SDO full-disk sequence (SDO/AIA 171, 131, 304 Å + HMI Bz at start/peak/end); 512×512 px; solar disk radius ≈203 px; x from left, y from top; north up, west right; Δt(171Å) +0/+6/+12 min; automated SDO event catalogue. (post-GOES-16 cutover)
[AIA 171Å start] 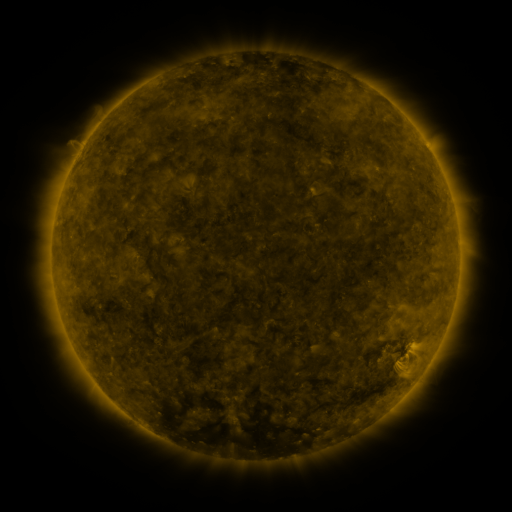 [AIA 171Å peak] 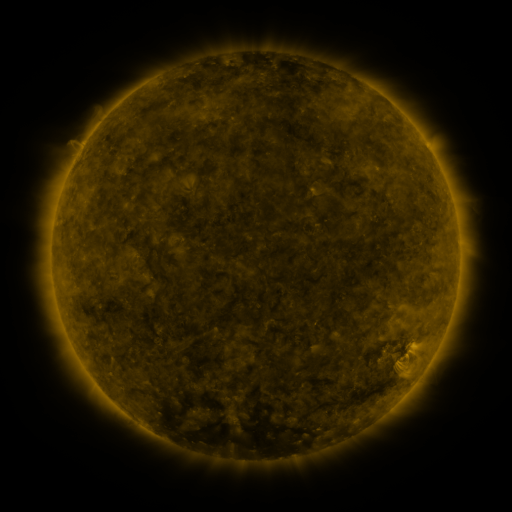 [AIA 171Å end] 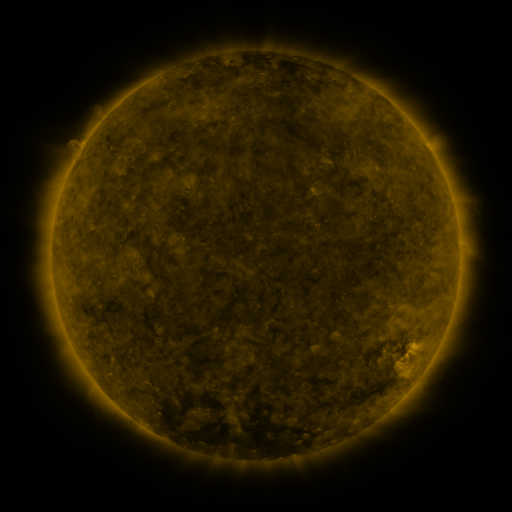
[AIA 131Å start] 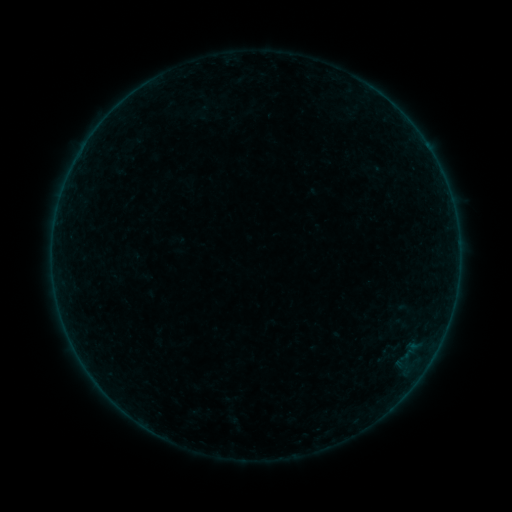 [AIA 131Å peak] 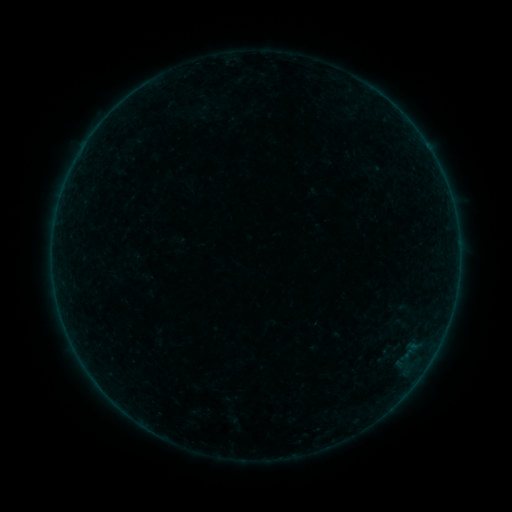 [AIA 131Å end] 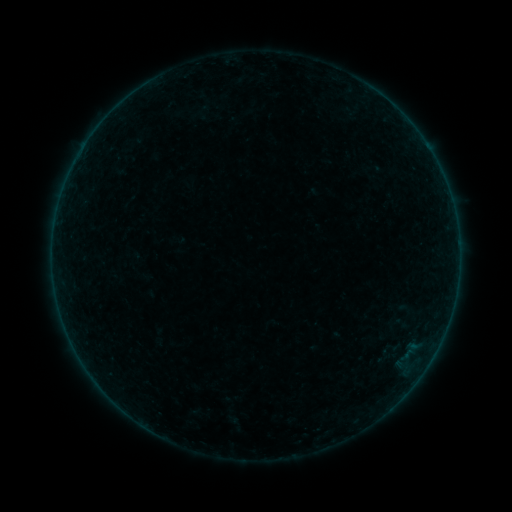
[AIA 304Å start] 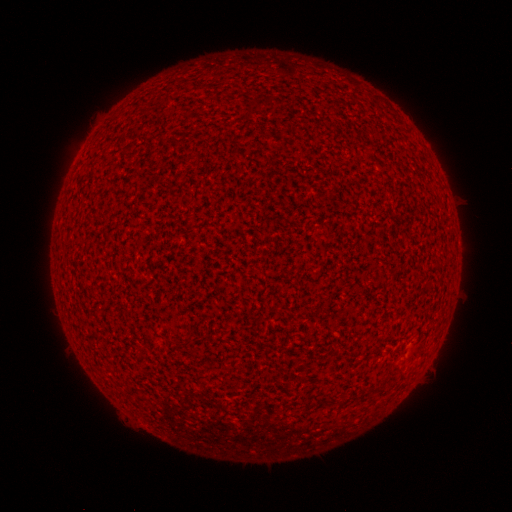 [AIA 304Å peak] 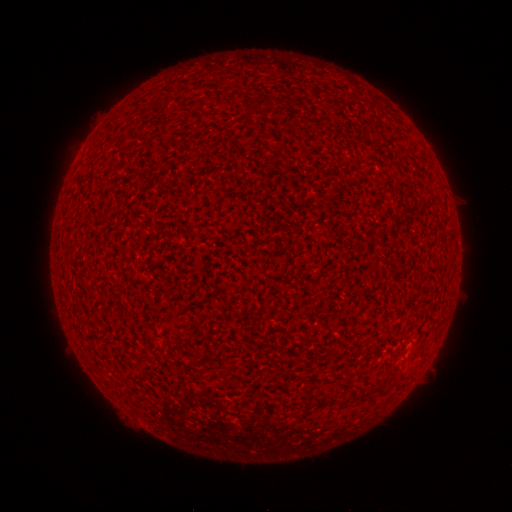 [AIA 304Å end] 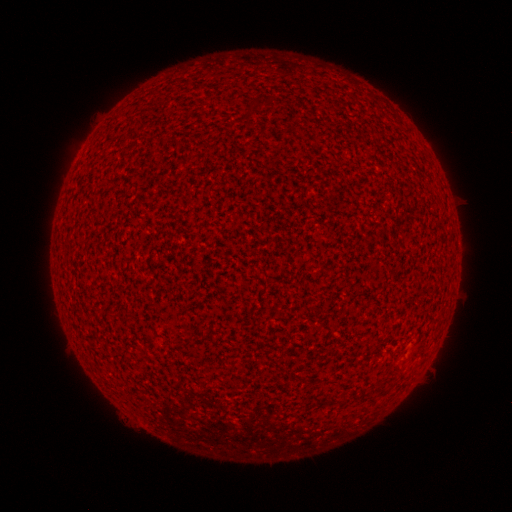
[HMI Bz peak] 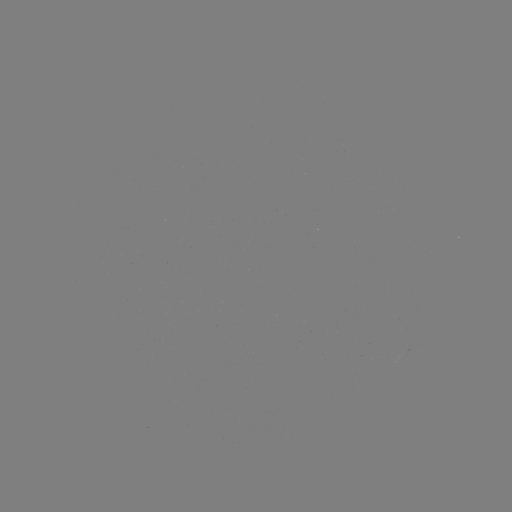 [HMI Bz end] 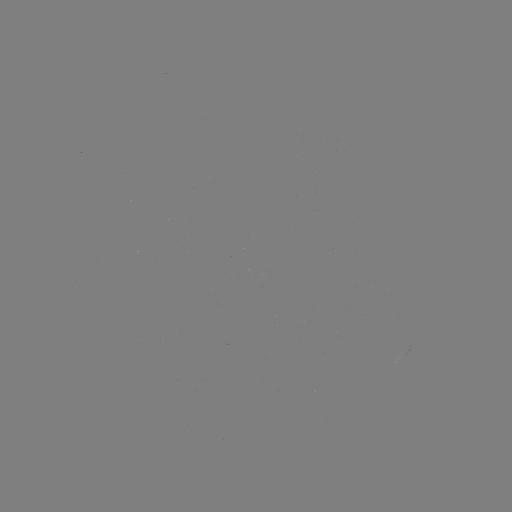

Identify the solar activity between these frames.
no catalogued flare and no flagged EUV brightening in this window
